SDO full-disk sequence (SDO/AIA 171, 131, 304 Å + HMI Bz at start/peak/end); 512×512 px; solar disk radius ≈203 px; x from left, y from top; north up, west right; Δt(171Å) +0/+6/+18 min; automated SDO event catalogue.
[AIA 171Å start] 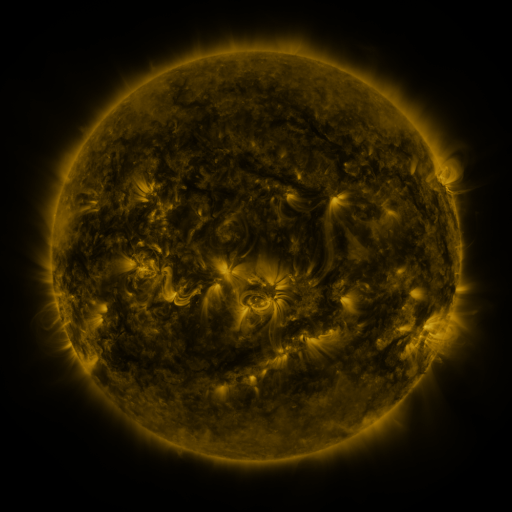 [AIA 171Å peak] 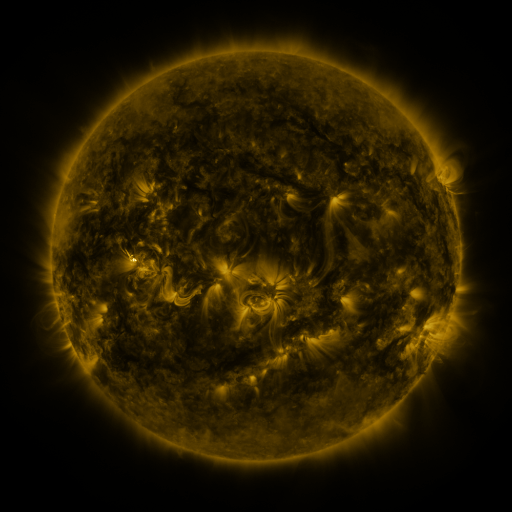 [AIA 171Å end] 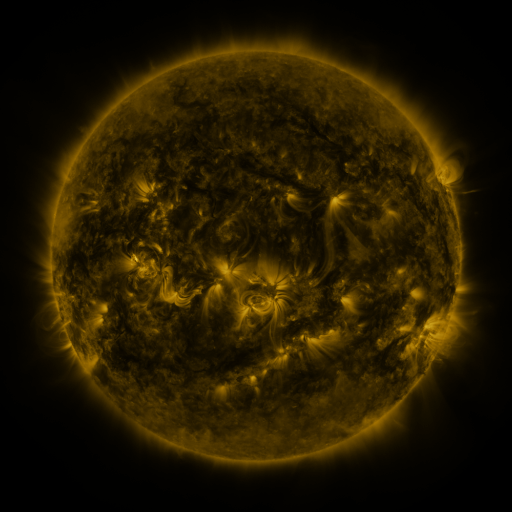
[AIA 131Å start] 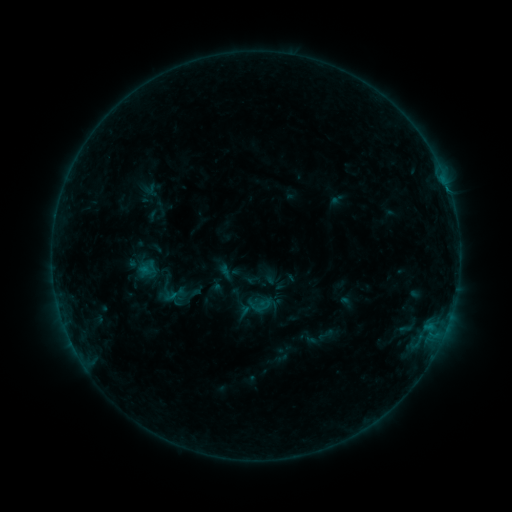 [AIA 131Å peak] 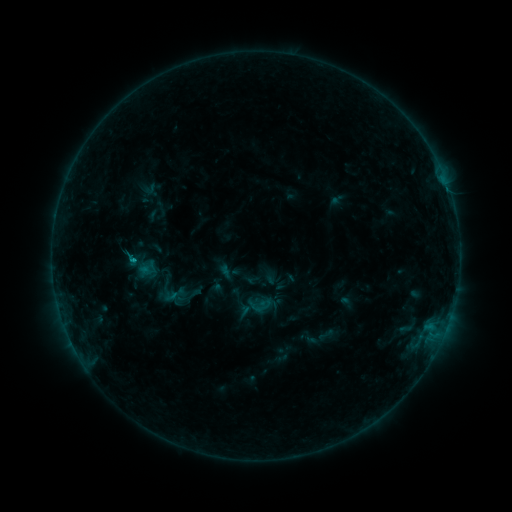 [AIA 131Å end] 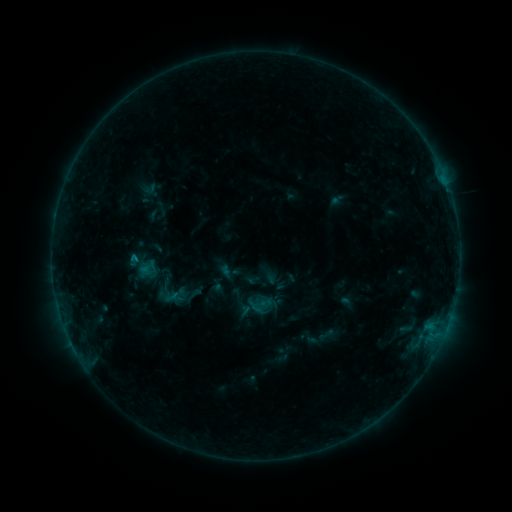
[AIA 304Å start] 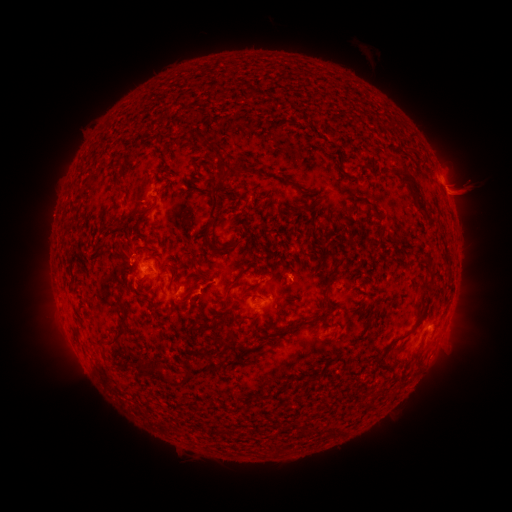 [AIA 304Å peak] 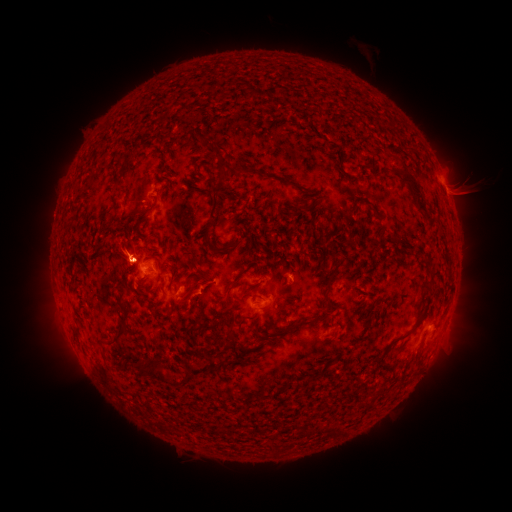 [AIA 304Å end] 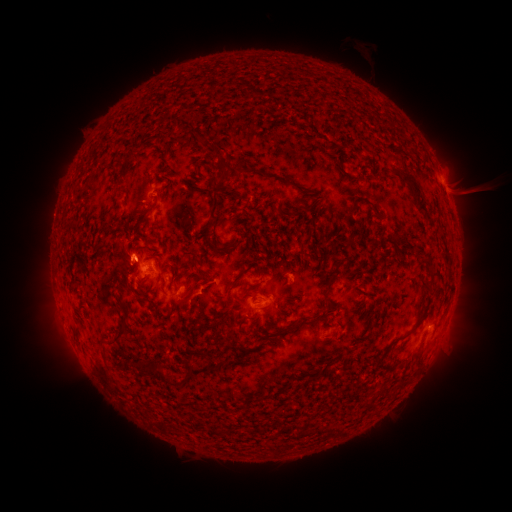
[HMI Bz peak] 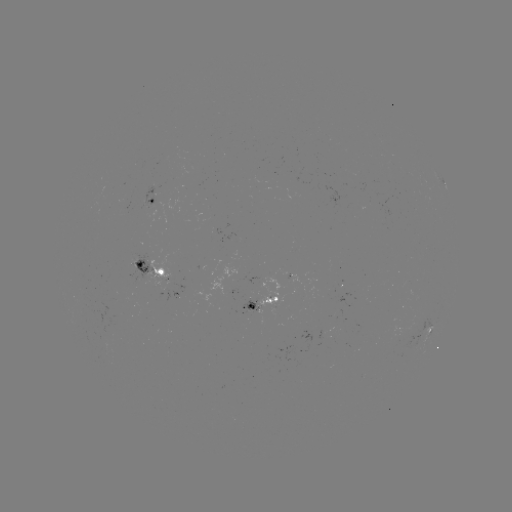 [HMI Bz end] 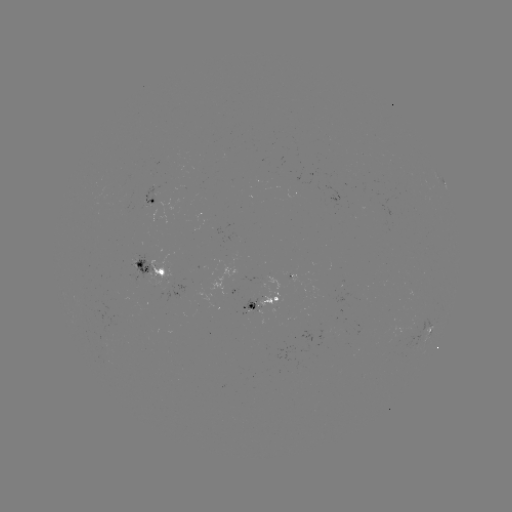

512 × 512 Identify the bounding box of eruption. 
[94, 216, 151, 298].